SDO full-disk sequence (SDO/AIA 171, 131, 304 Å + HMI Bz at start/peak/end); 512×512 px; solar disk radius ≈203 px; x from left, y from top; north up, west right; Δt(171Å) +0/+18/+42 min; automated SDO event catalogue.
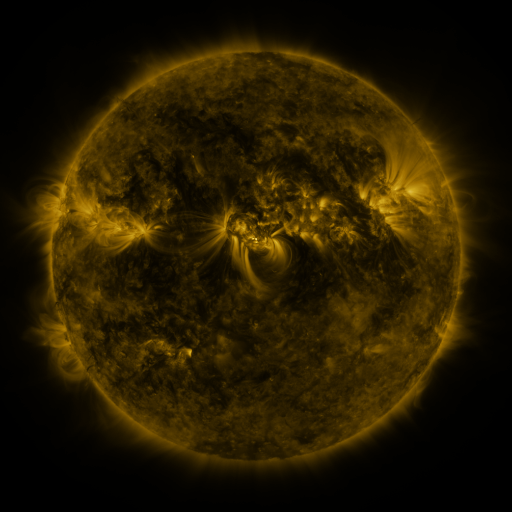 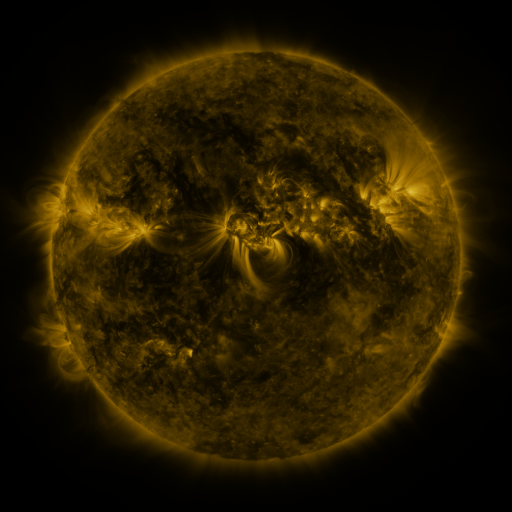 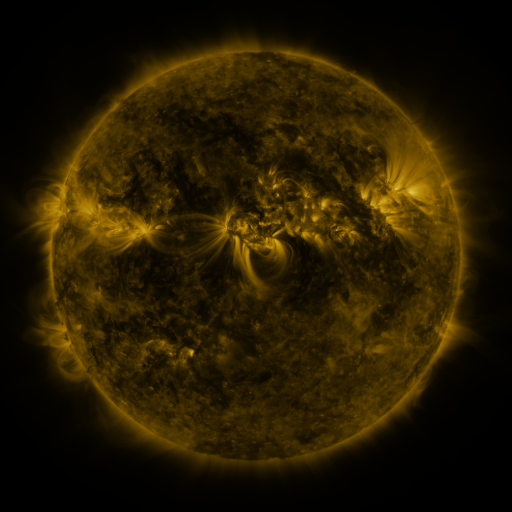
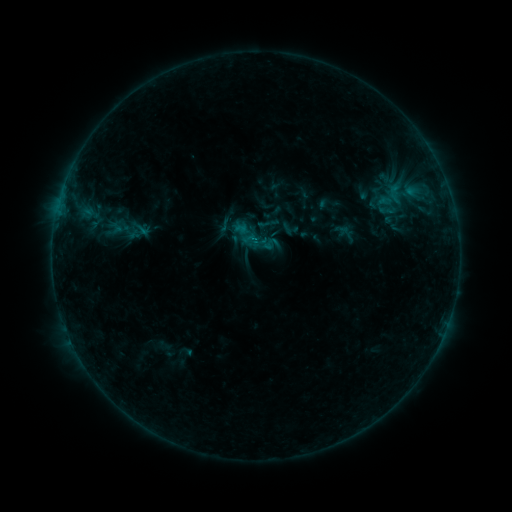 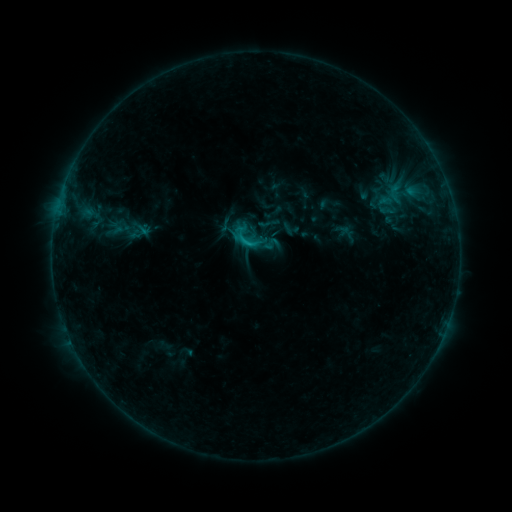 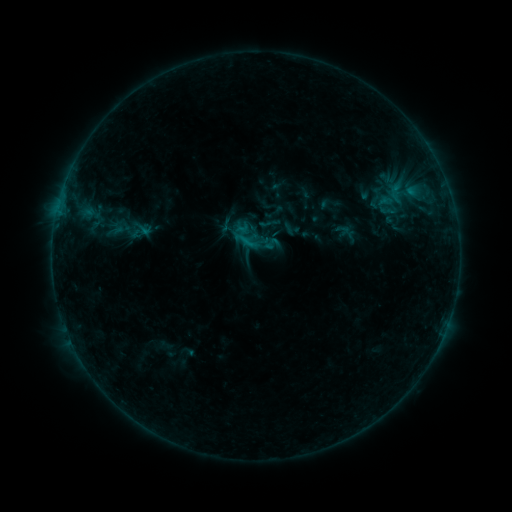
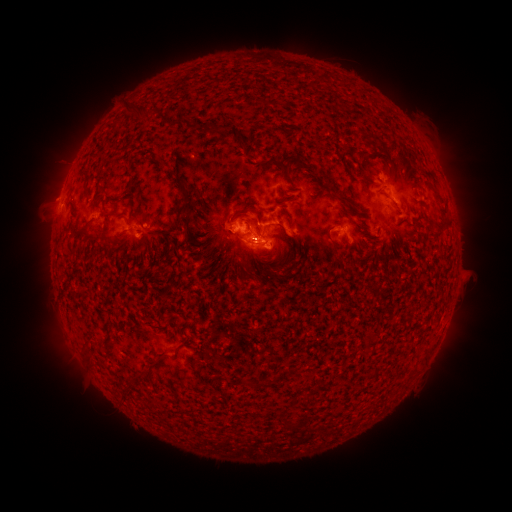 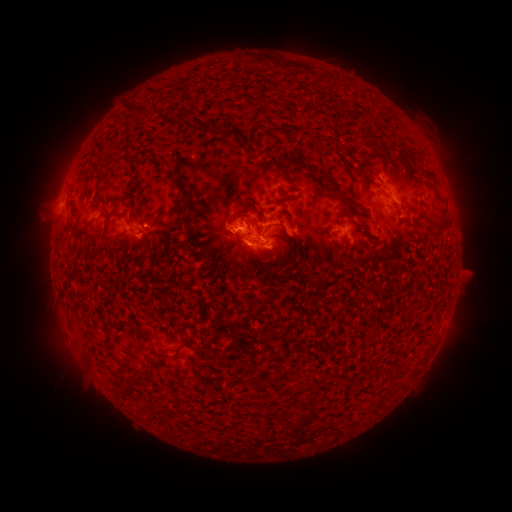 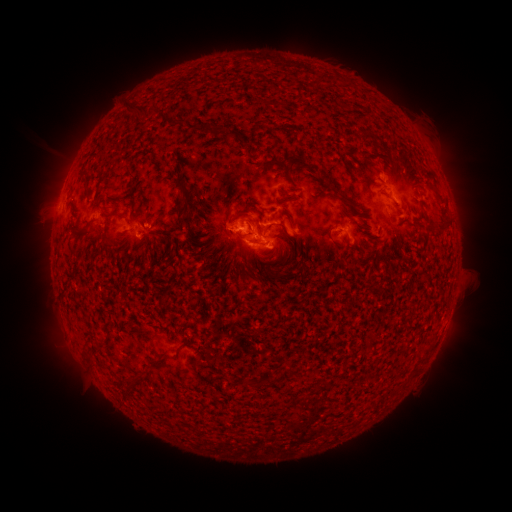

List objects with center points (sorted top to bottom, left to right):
C1.2 flare: (252, 248)
